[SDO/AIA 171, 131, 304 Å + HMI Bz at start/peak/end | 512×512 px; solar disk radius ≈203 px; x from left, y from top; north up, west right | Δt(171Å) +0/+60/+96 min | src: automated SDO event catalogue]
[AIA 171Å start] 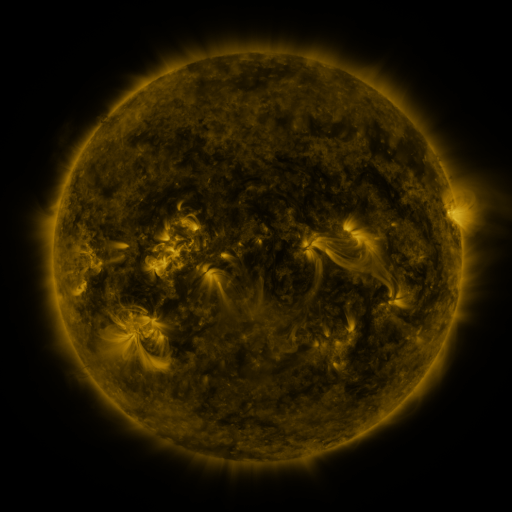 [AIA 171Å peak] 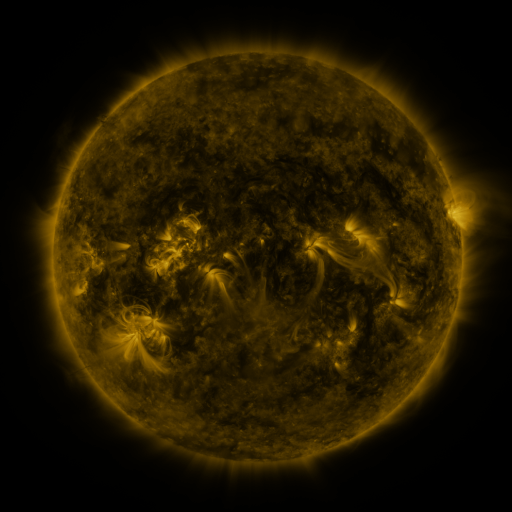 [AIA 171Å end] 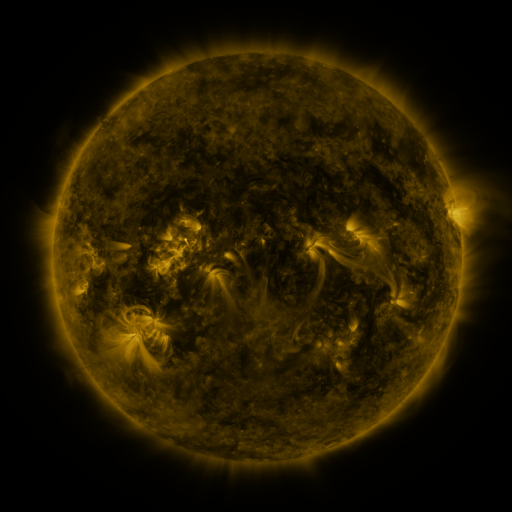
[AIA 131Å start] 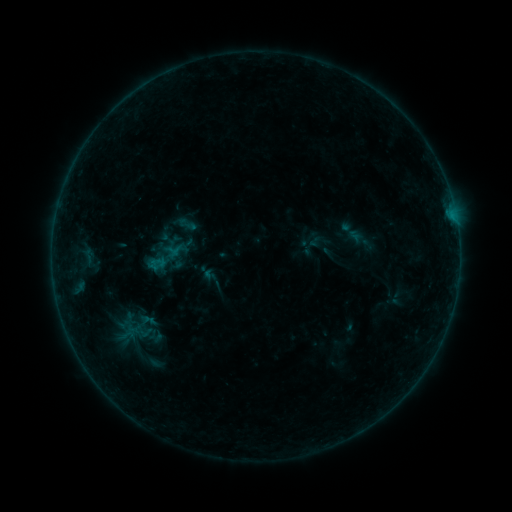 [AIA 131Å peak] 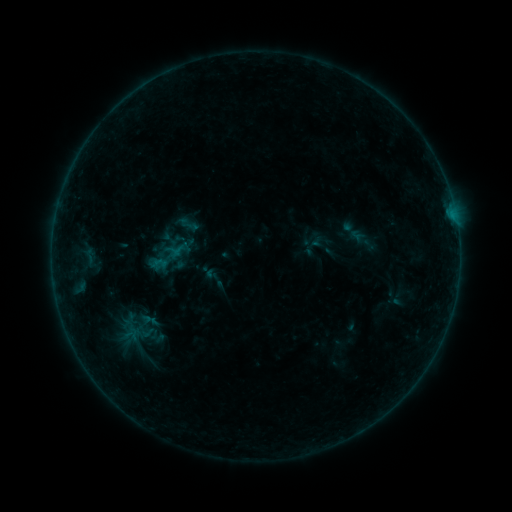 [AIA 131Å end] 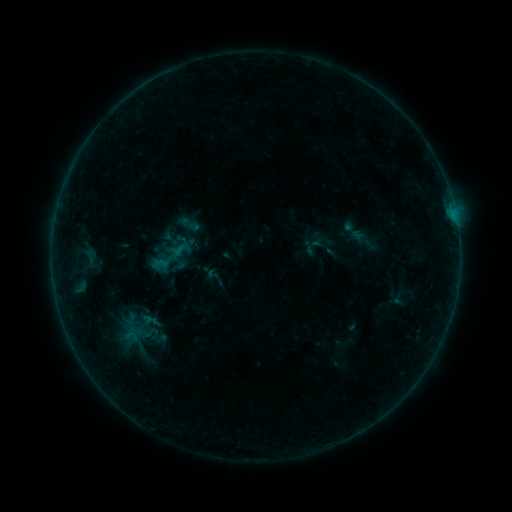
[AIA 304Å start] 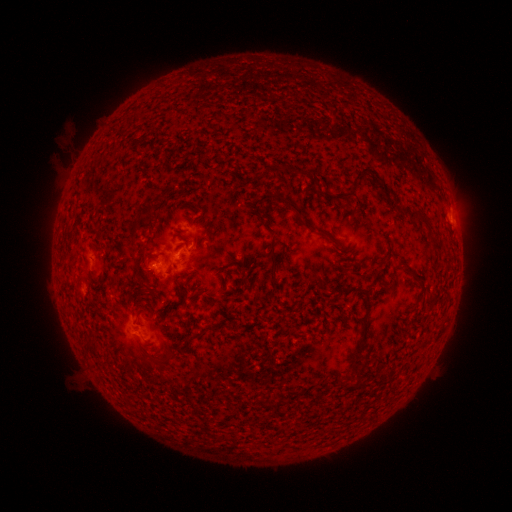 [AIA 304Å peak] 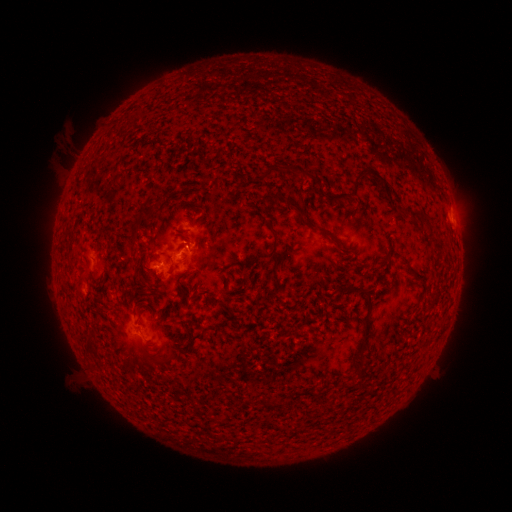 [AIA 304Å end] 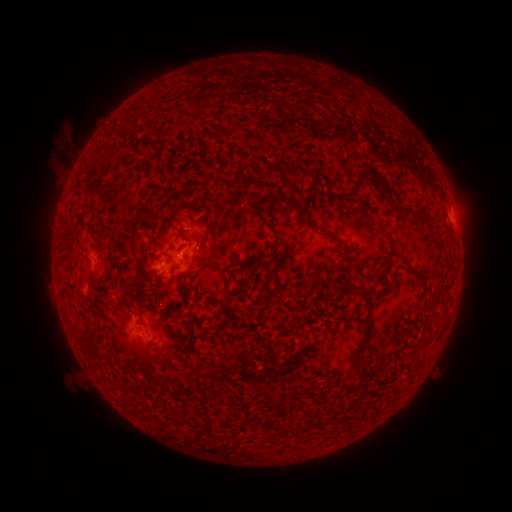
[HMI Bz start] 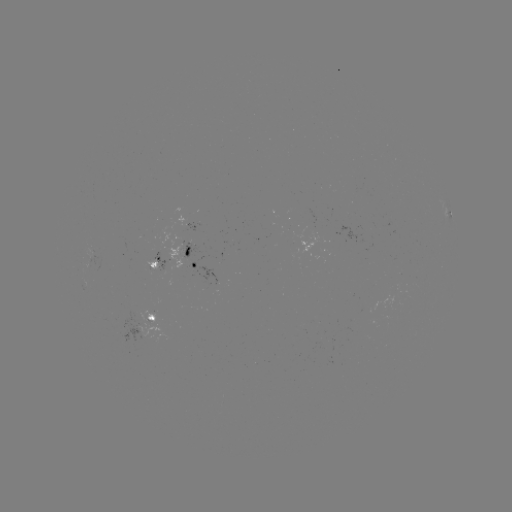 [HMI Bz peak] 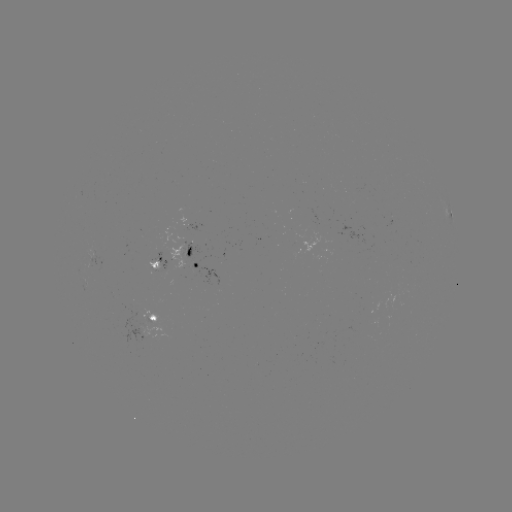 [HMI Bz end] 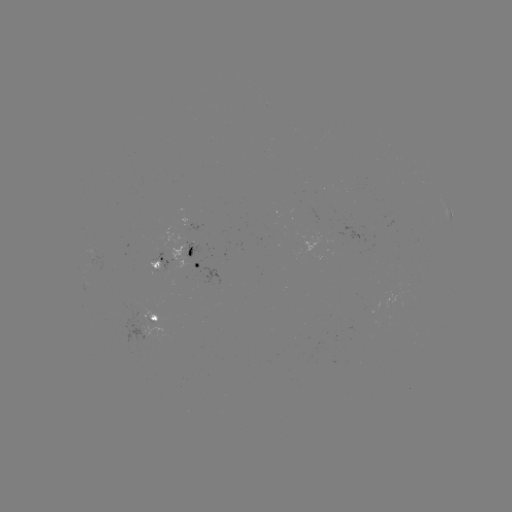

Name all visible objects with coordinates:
emerging-flux region: (155, 267)
